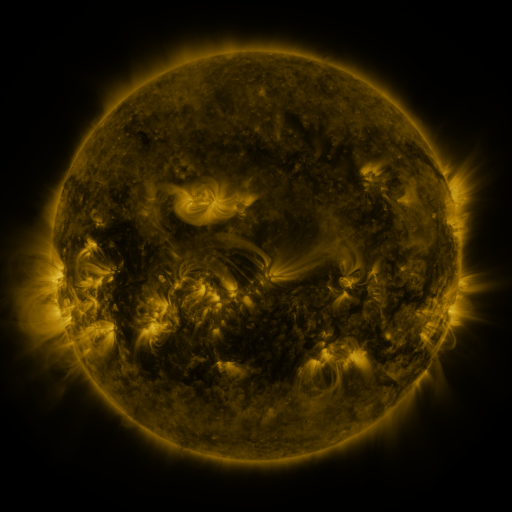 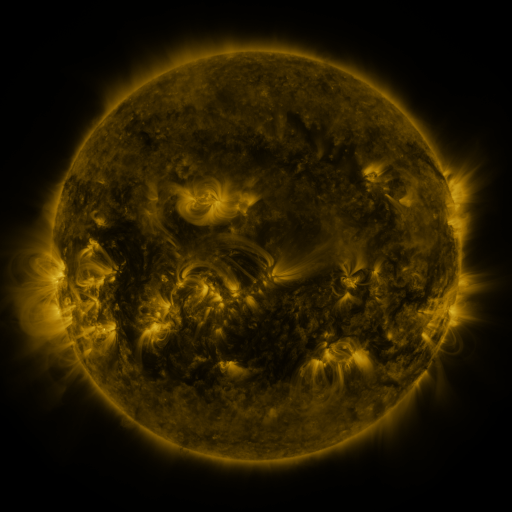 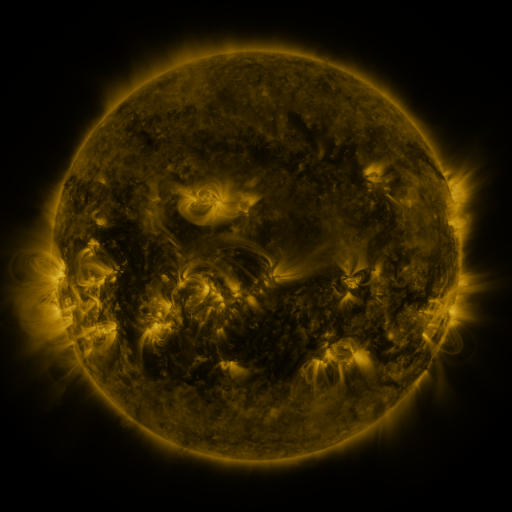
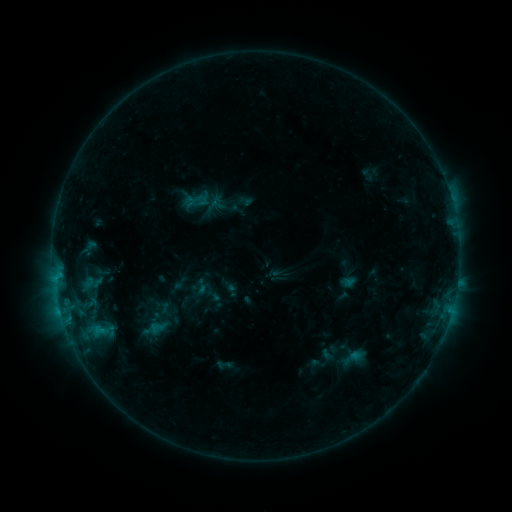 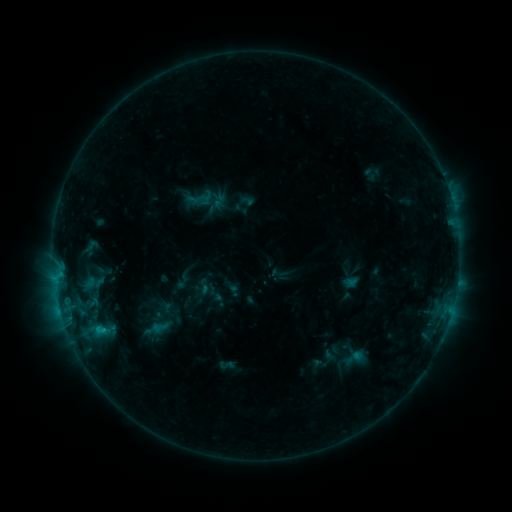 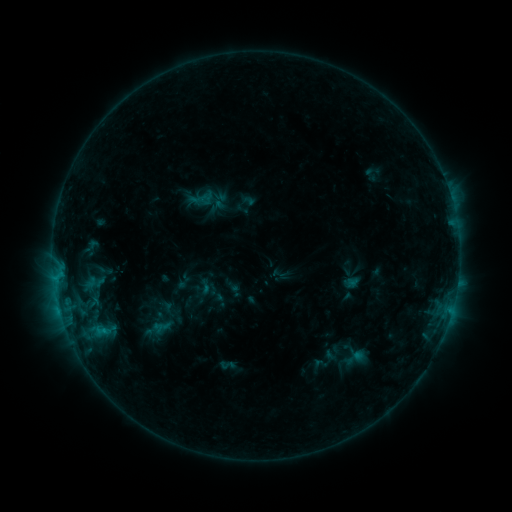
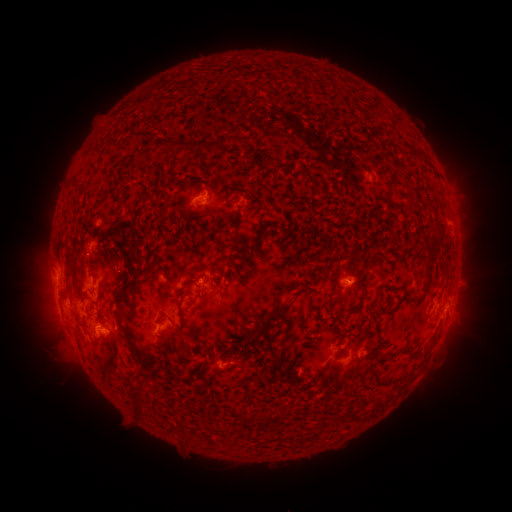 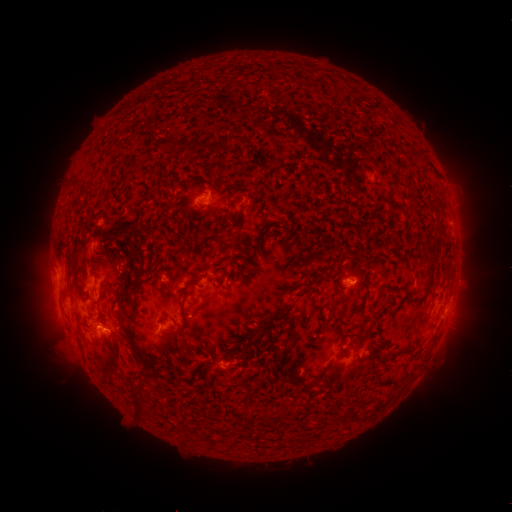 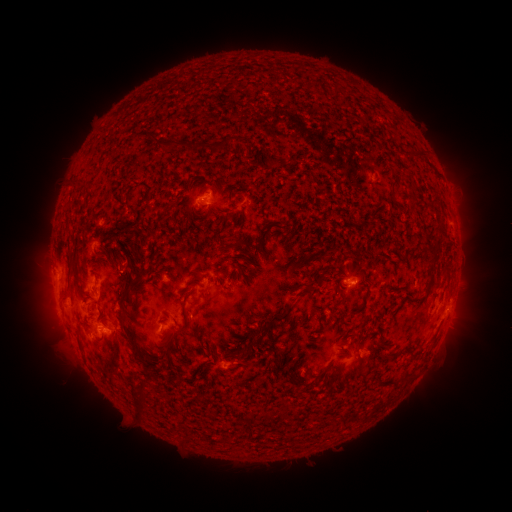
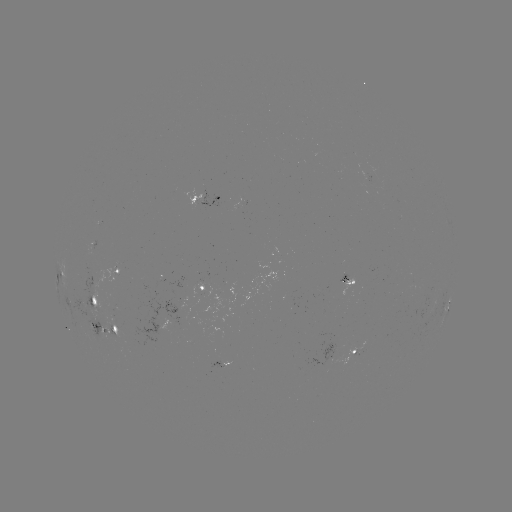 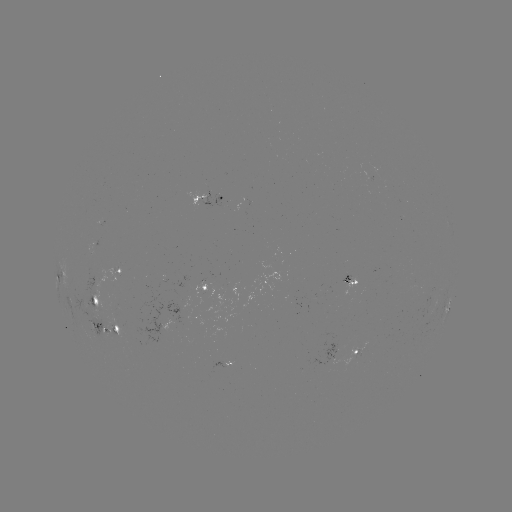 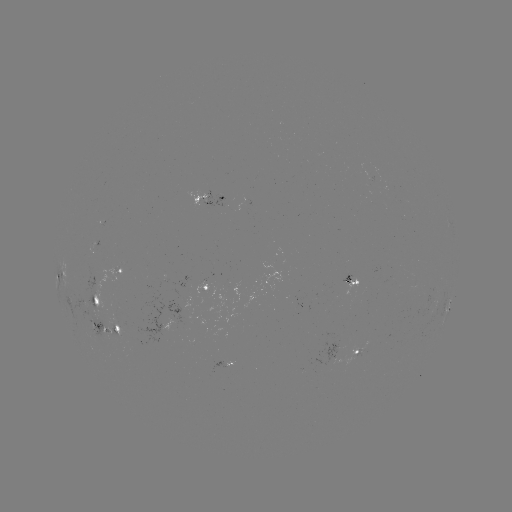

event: emerging-flux region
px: (178, 320)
